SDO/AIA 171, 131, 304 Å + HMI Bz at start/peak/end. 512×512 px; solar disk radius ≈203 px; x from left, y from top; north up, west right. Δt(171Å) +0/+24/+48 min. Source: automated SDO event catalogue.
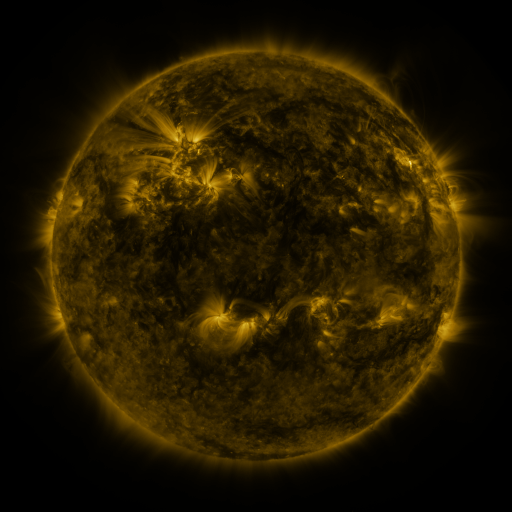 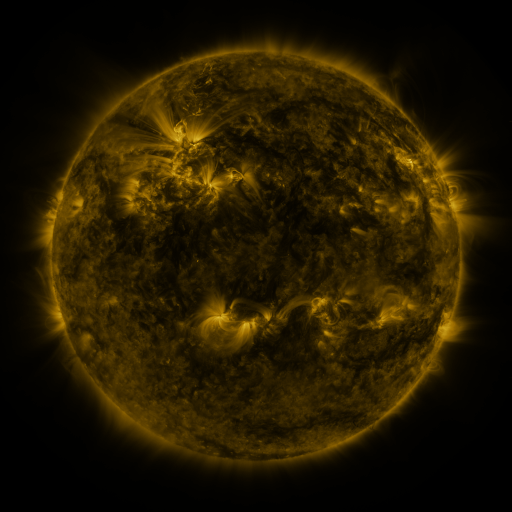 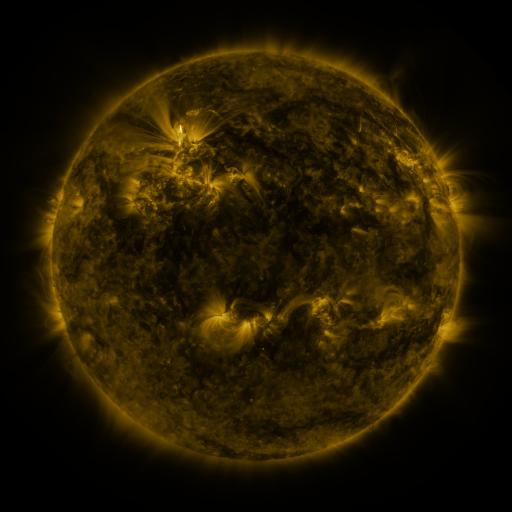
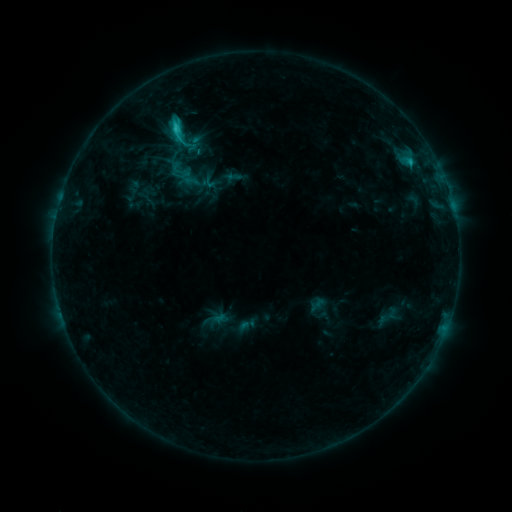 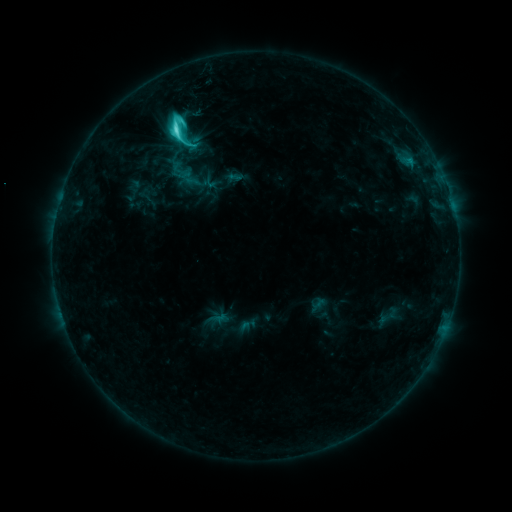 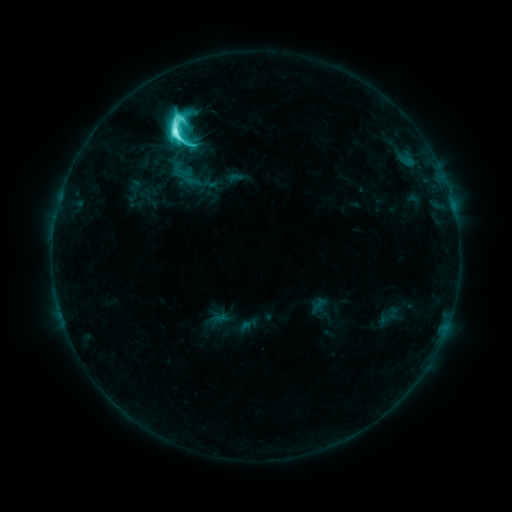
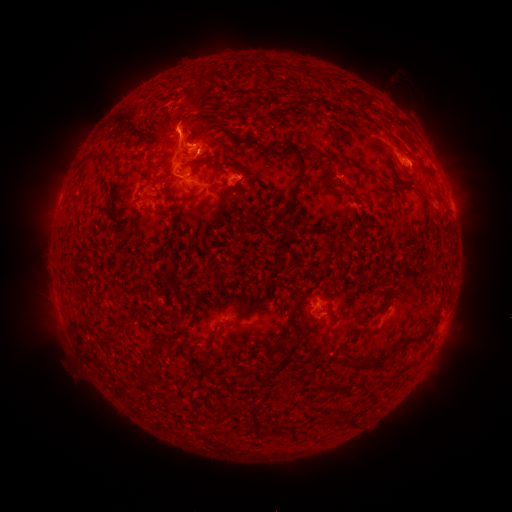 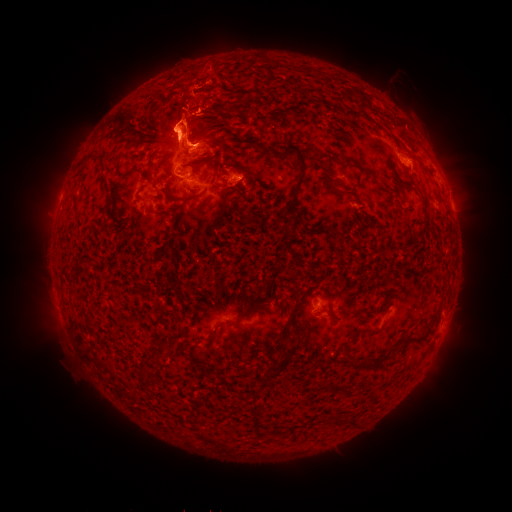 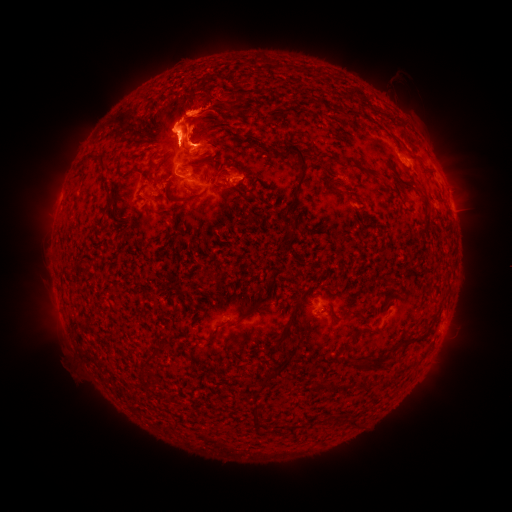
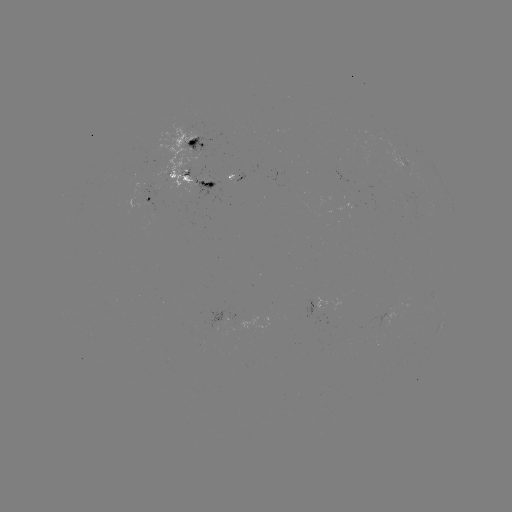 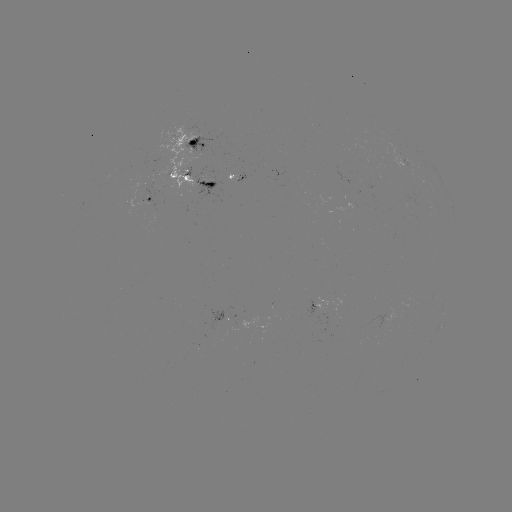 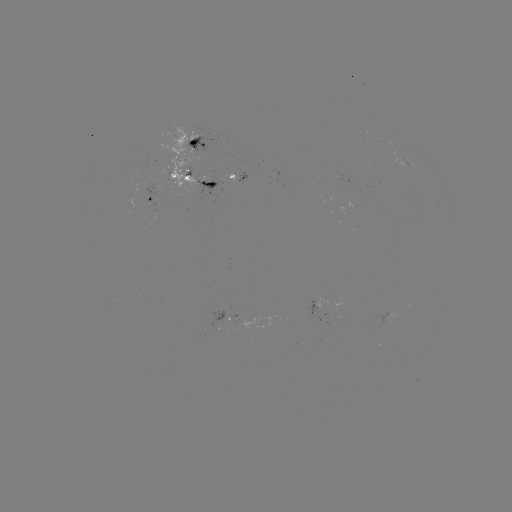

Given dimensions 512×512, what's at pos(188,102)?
eruption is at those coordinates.